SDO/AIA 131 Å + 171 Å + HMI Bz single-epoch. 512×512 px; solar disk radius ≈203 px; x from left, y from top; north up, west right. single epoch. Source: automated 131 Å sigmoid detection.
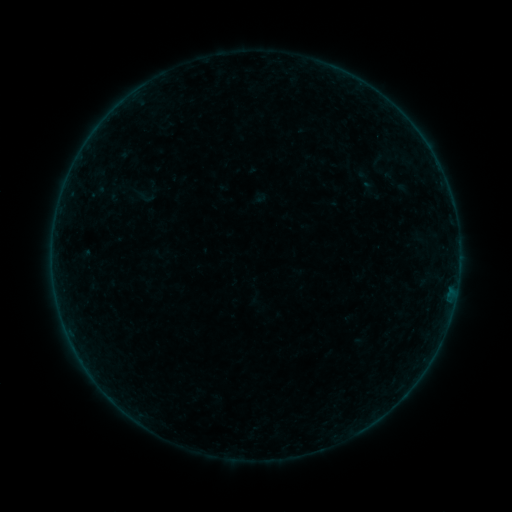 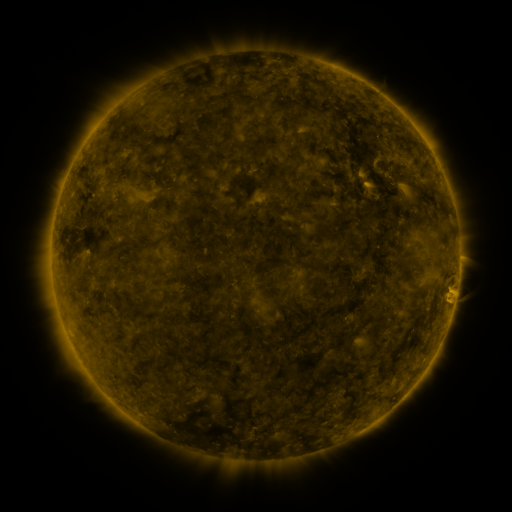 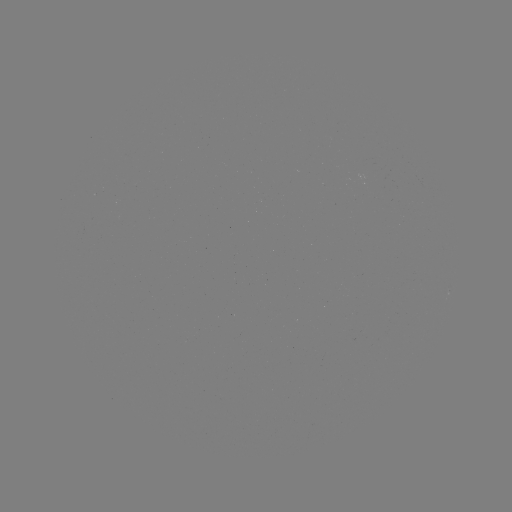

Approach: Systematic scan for sigmoid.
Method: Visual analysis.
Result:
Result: sigmoid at [146, 197].